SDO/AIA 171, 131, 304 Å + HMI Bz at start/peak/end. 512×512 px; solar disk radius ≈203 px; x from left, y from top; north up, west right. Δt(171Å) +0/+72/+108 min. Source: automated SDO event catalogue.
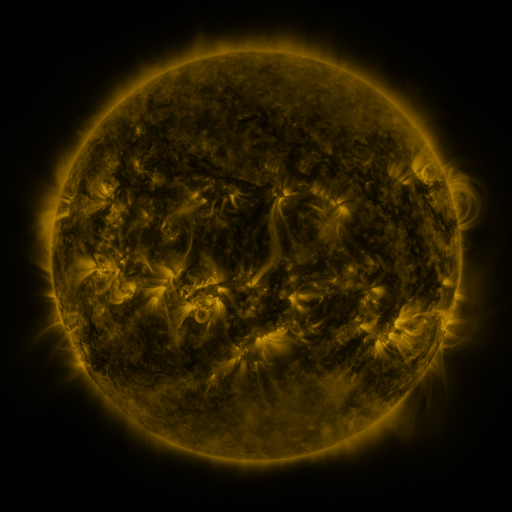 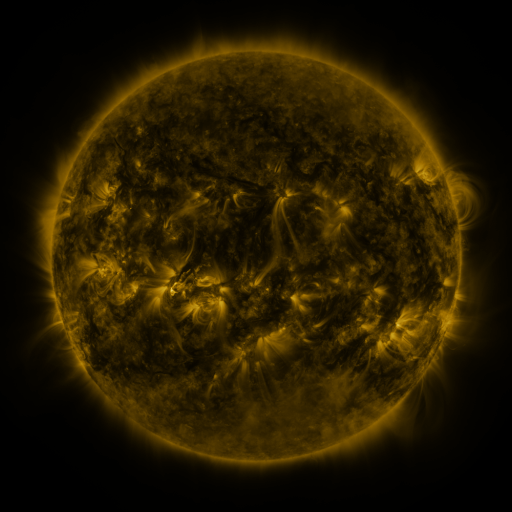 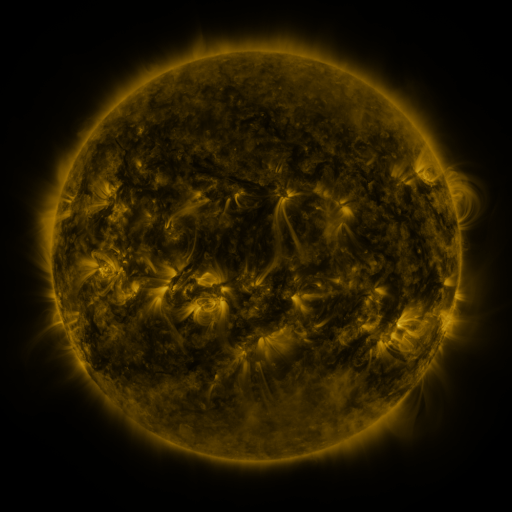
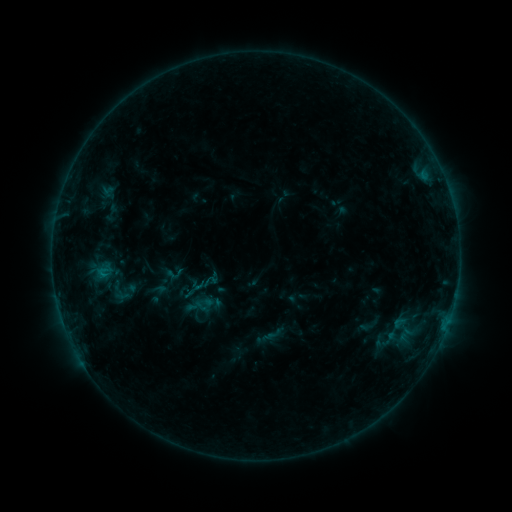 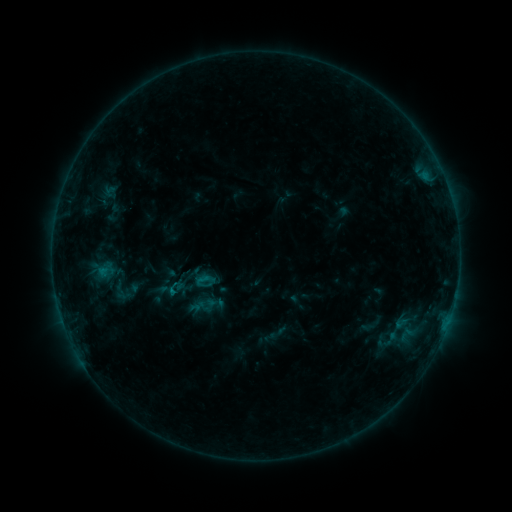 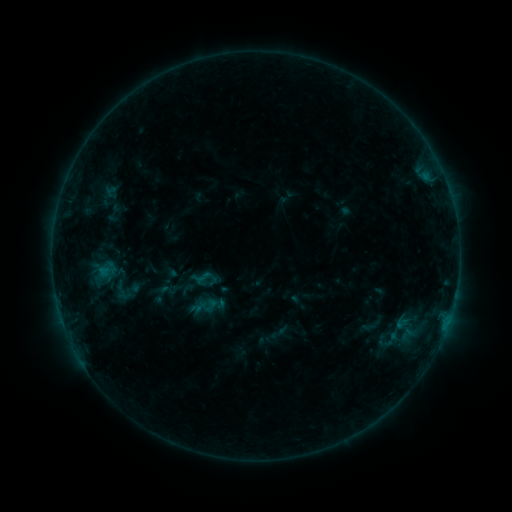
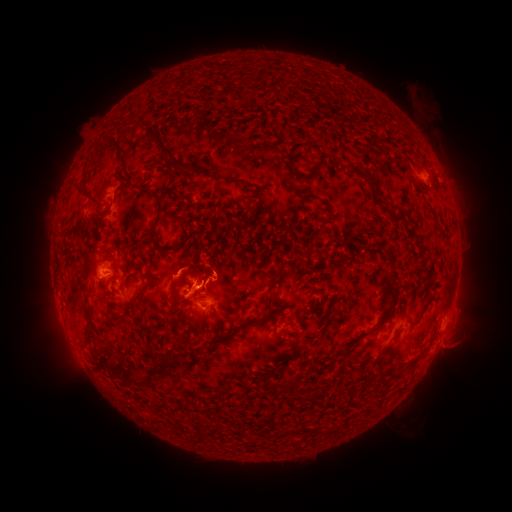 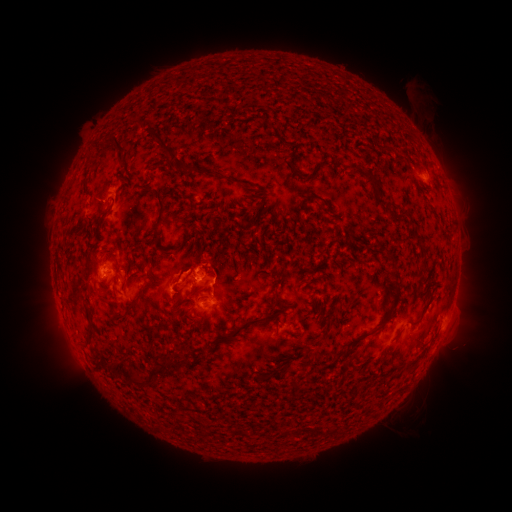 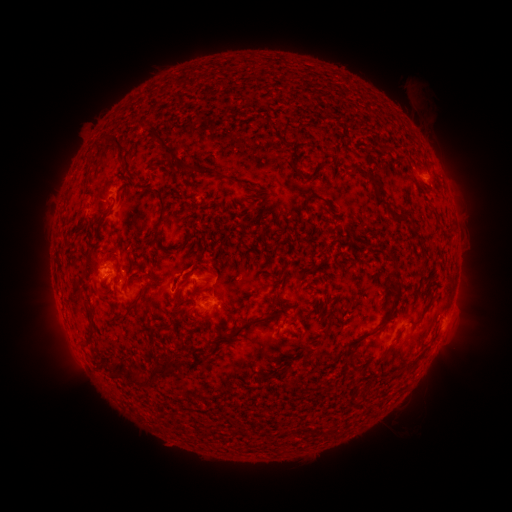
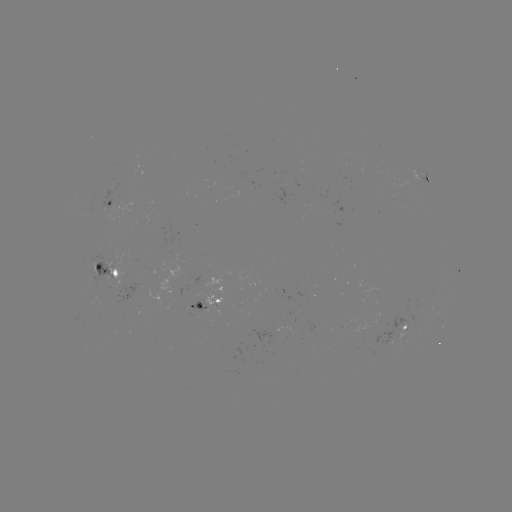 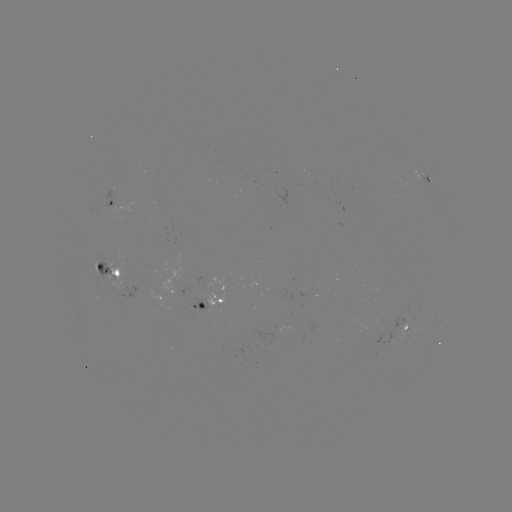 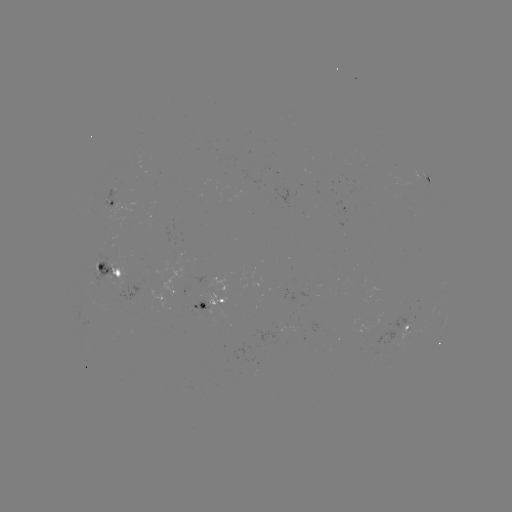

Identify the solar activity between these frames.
emerging-flux region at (406, 334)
